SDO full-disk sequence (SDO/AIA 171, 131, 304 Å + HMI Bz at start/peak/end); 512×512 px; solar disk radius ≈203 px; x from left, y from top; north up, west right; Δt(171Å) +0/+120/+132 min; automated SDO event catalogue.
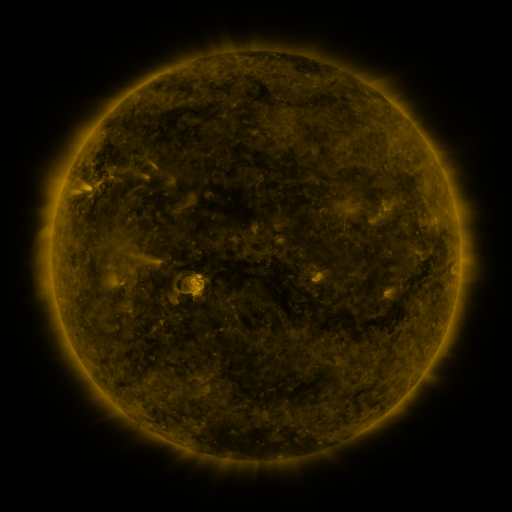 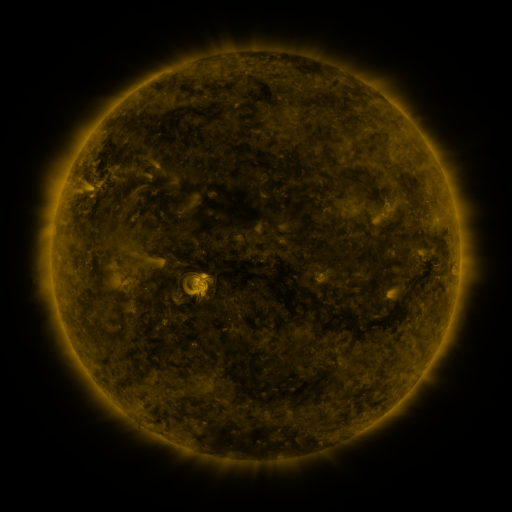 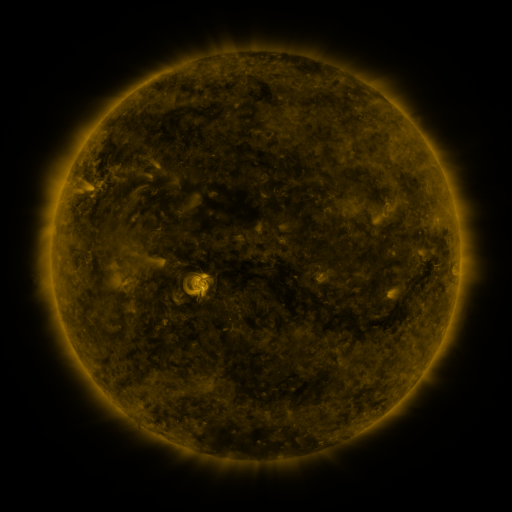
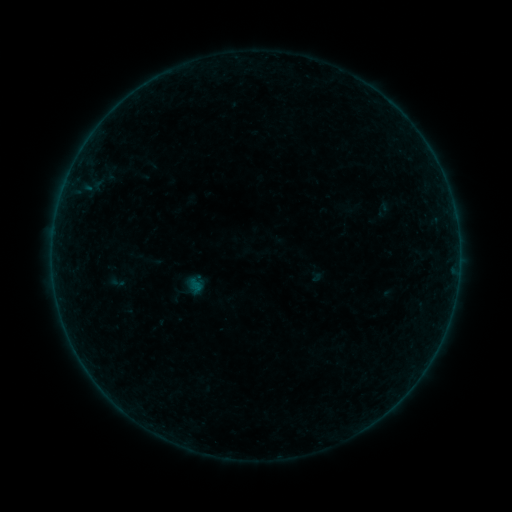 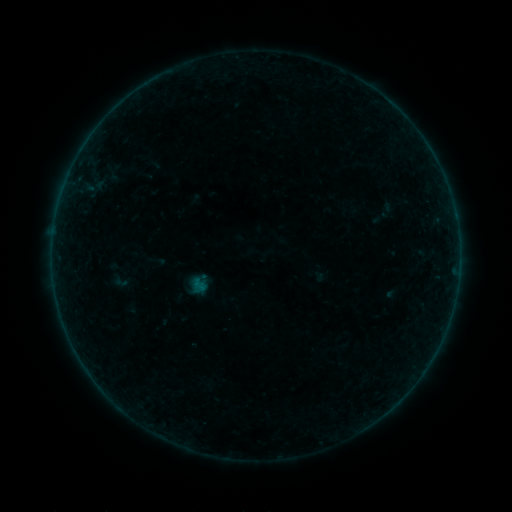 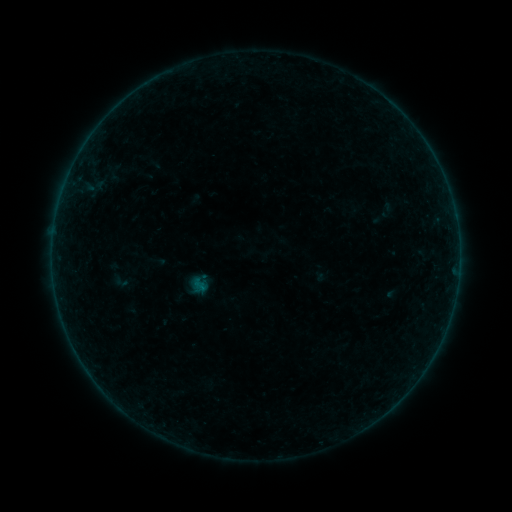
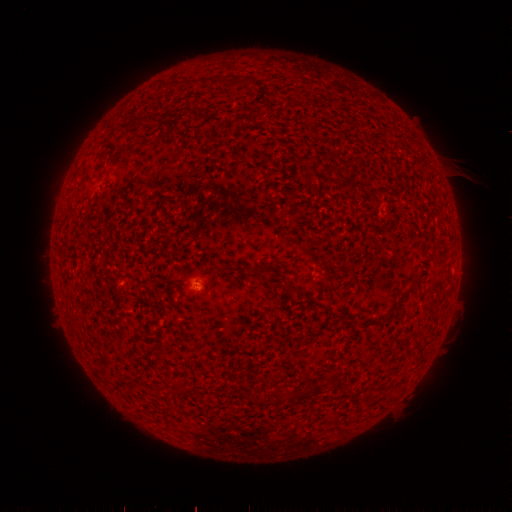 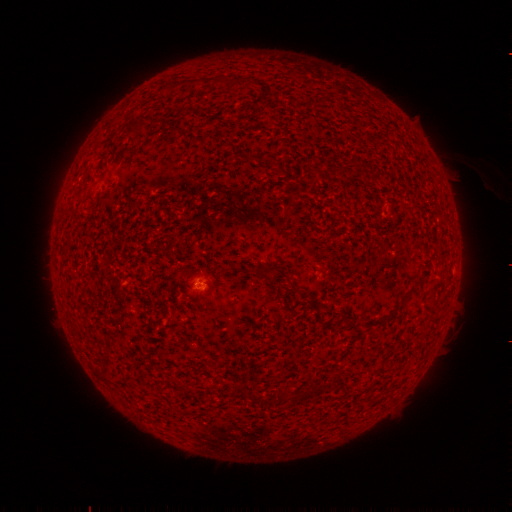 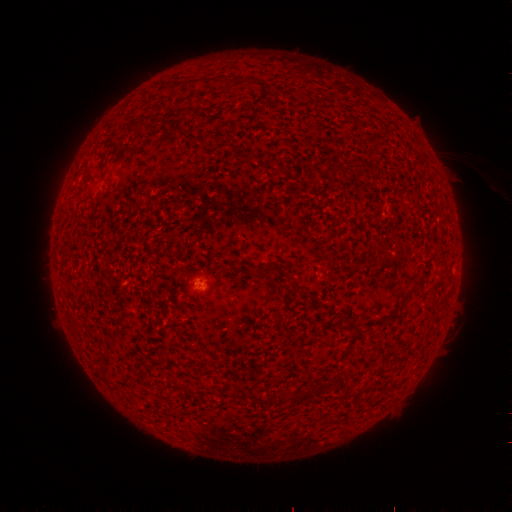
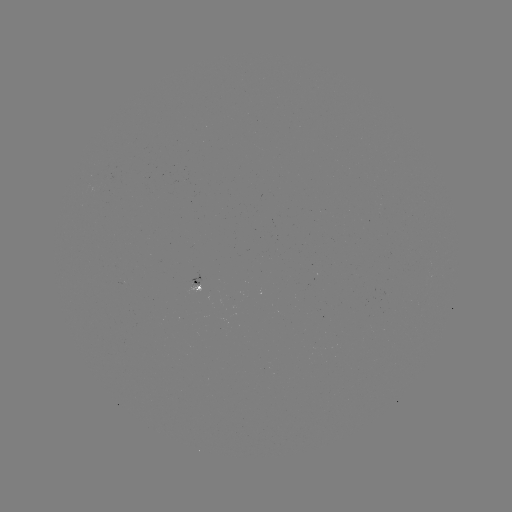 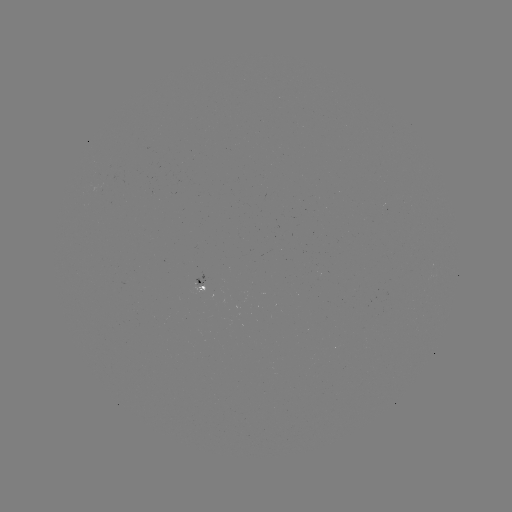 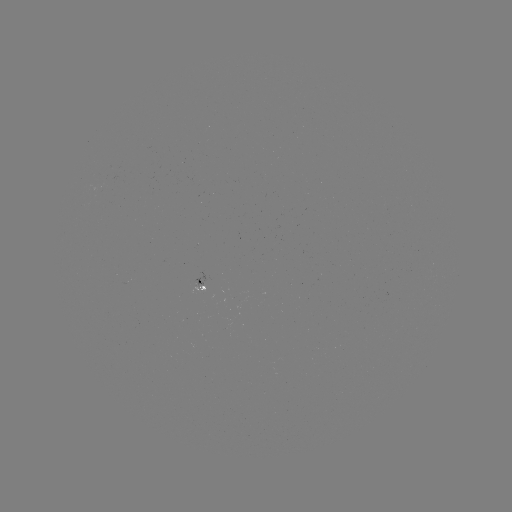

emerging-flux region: [193, 272, 208, 286]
